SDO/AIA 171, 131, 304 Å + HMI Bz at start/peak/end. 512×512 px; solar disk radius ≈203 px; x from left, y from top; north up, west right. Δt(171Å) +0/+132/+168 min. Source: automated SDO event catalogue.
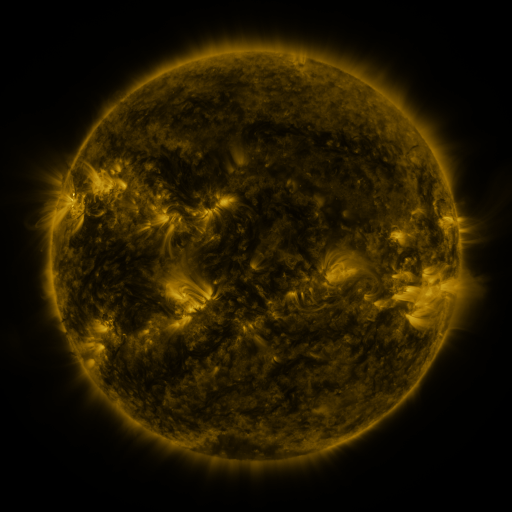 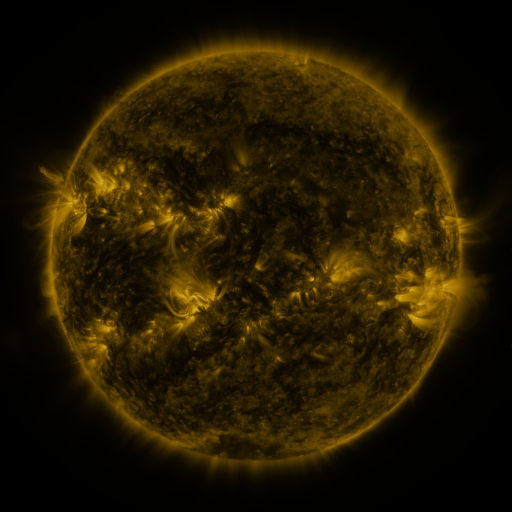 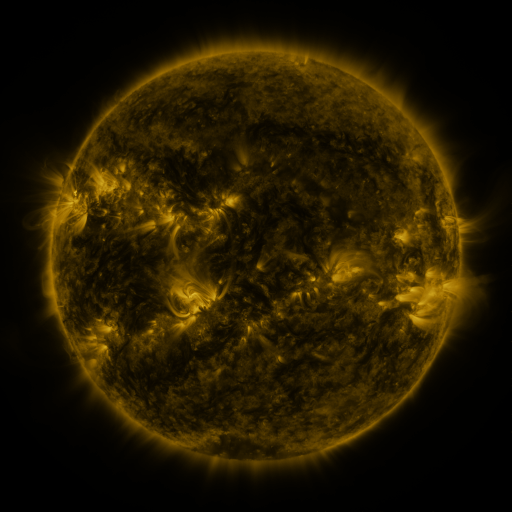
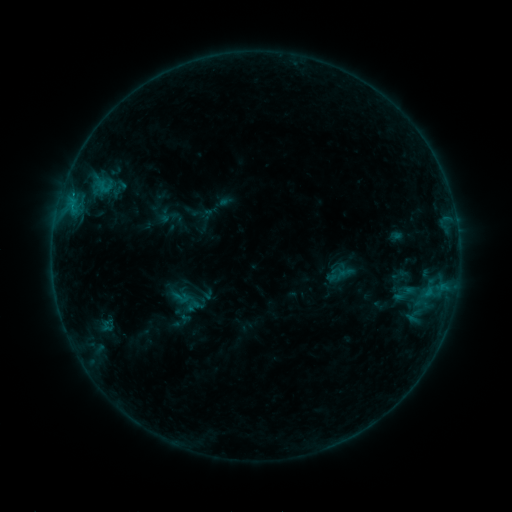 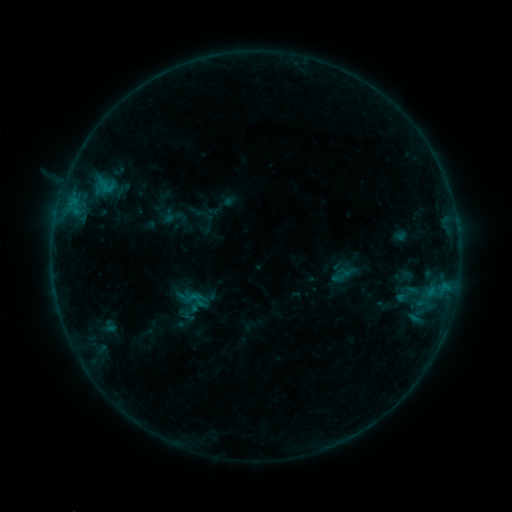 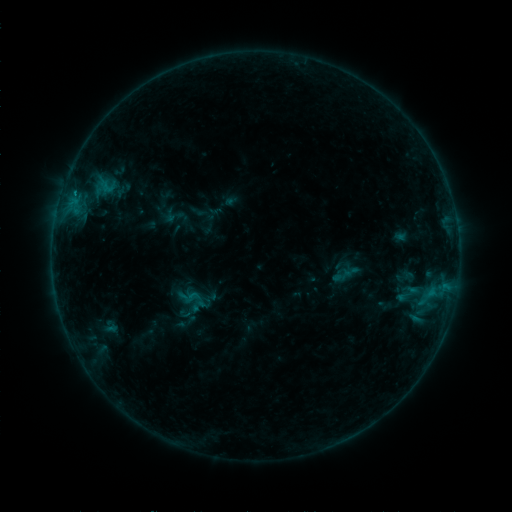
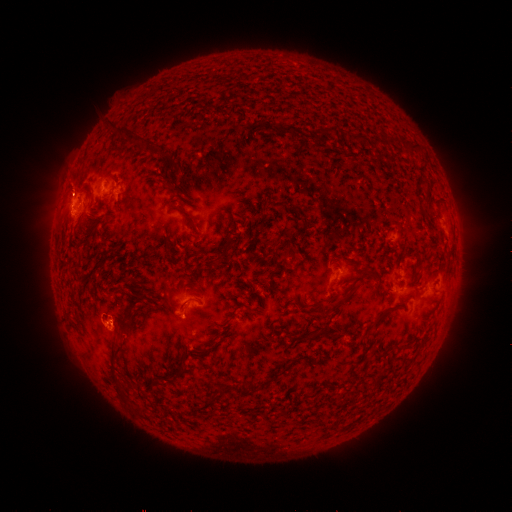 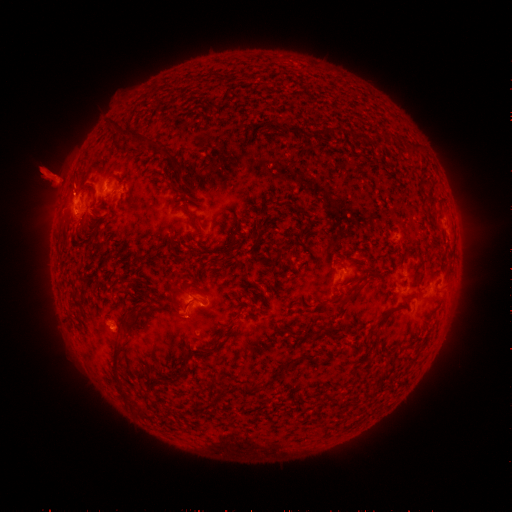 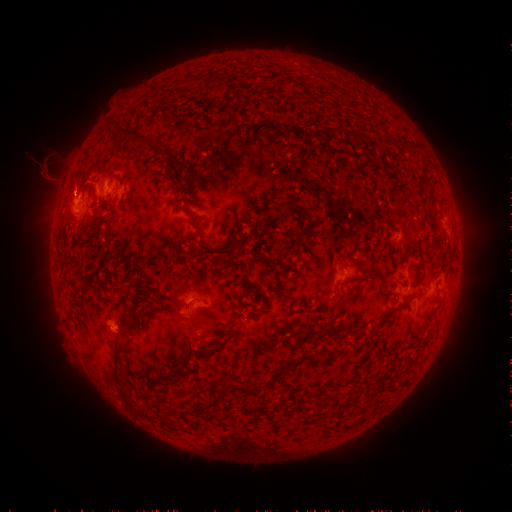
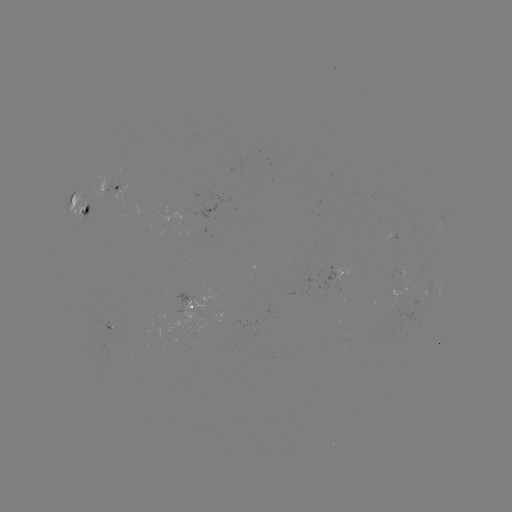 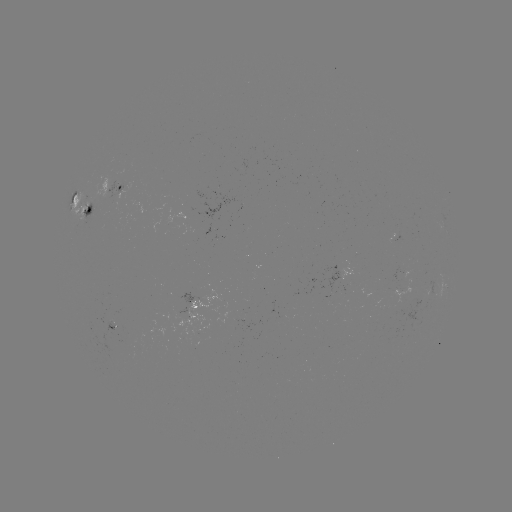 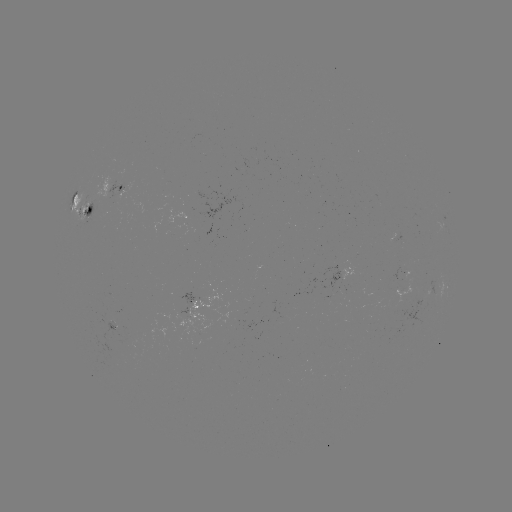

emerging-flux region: <bbox>405, 213, 416, 222</bbox>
